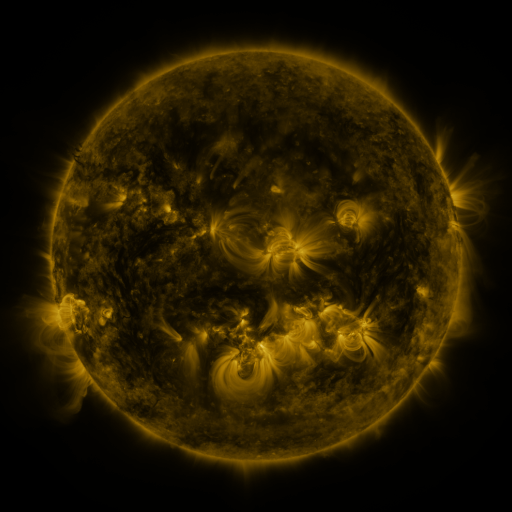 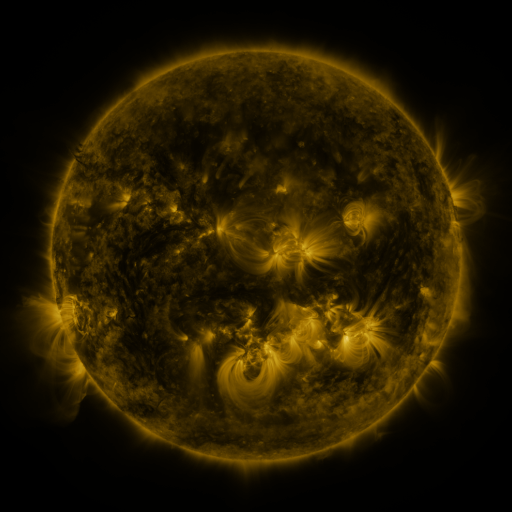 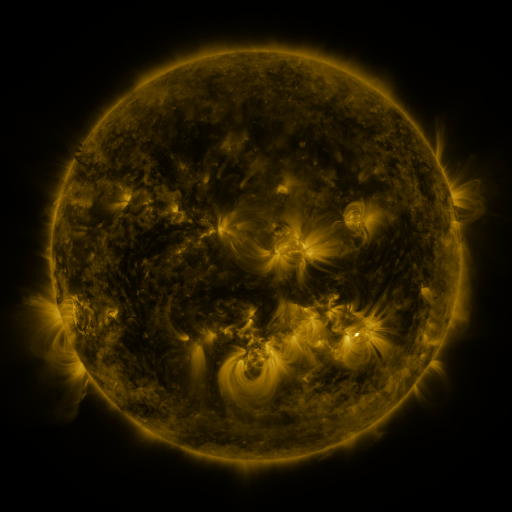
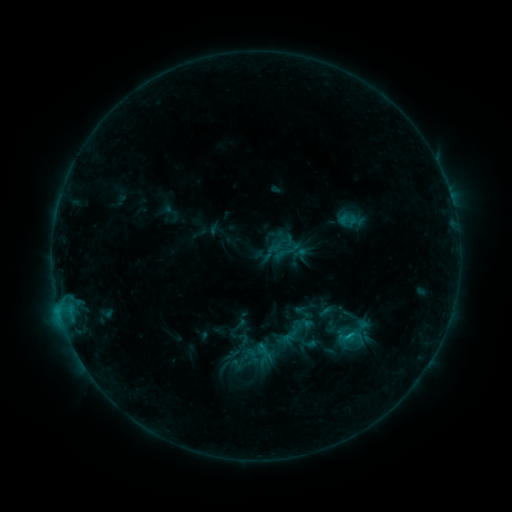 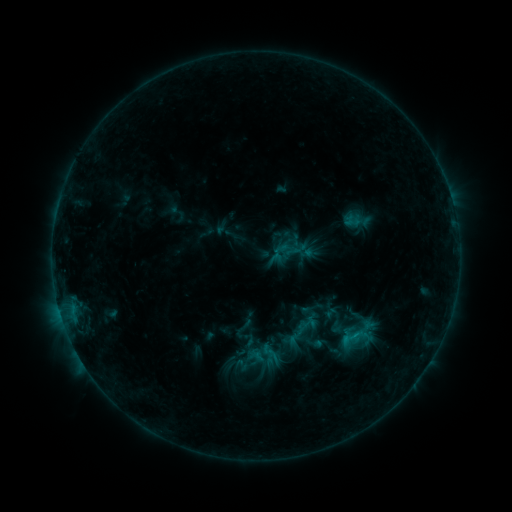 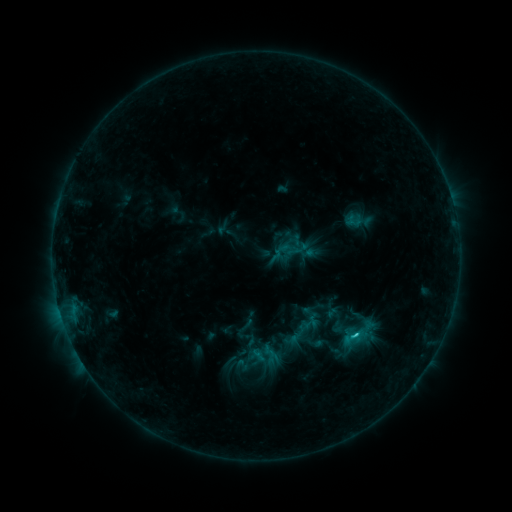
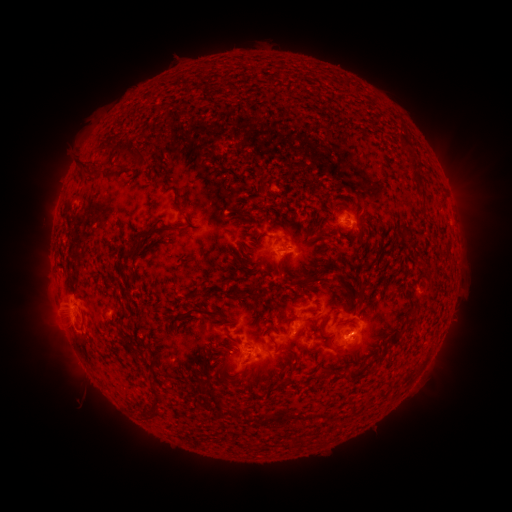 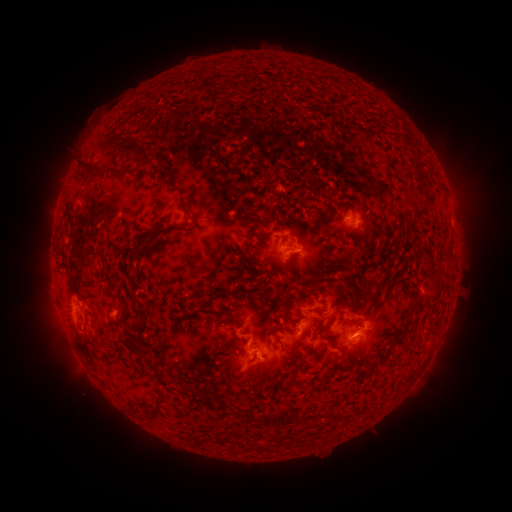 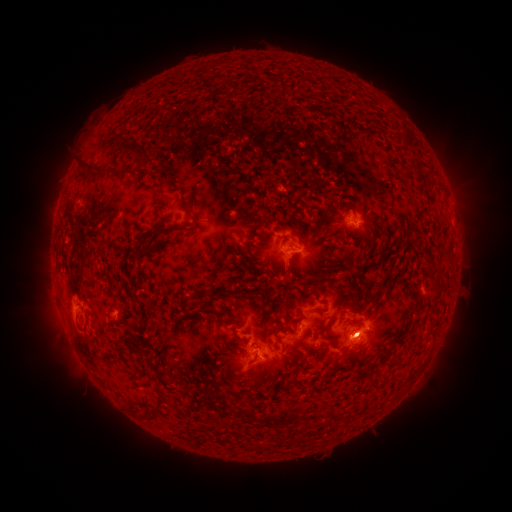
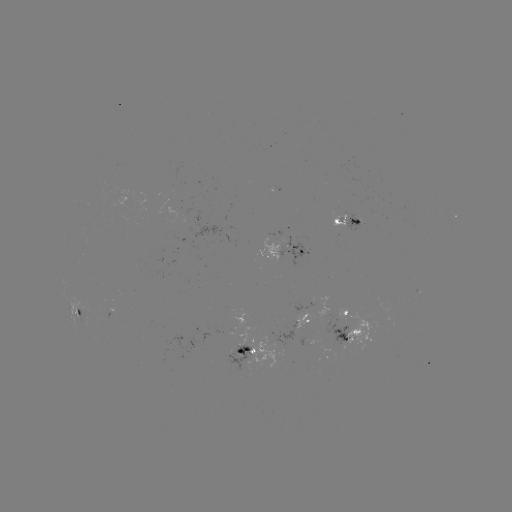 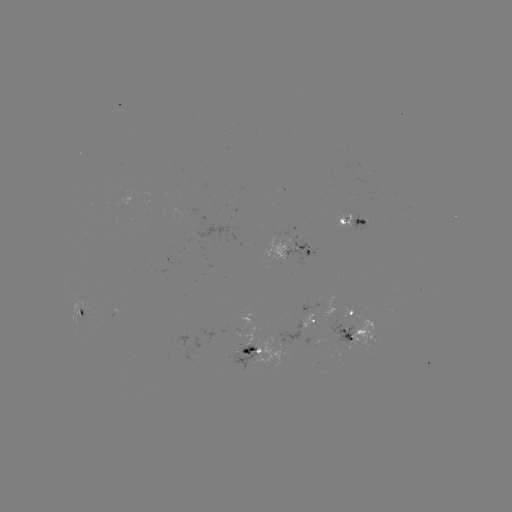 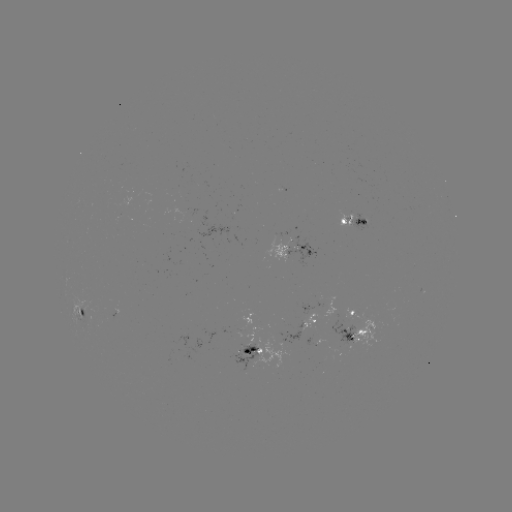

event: emerging-flux region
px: (298, 248)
